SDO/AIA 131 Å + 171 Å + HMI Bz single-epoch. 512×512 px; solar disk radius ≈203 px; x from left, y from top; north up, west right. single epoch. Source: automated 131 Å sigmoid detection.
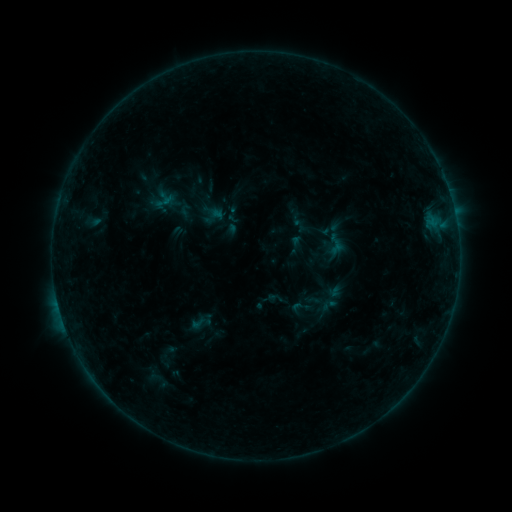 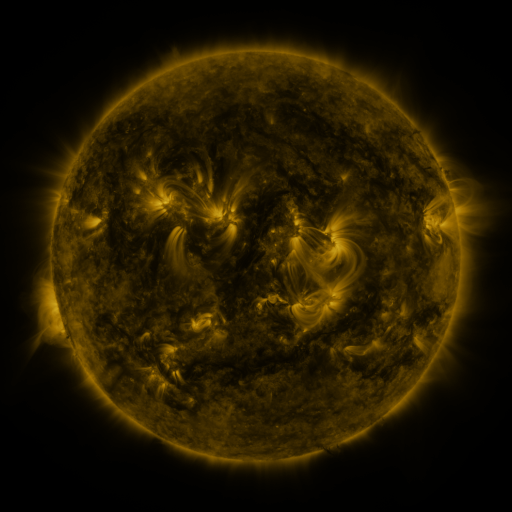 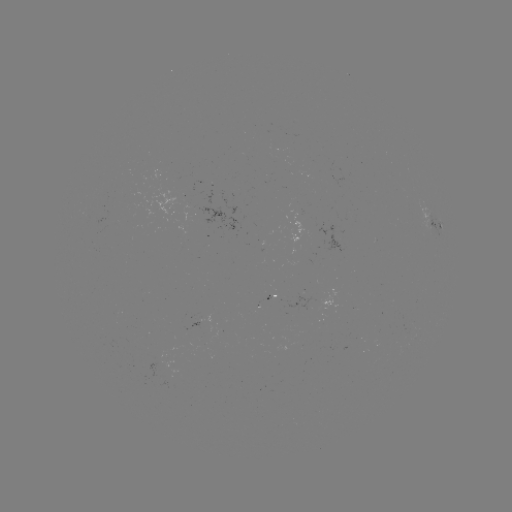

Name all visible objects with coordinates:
sigmoid: (186, 210)
sigmoid: (337, 245)
sigmoid: (300, 307)
